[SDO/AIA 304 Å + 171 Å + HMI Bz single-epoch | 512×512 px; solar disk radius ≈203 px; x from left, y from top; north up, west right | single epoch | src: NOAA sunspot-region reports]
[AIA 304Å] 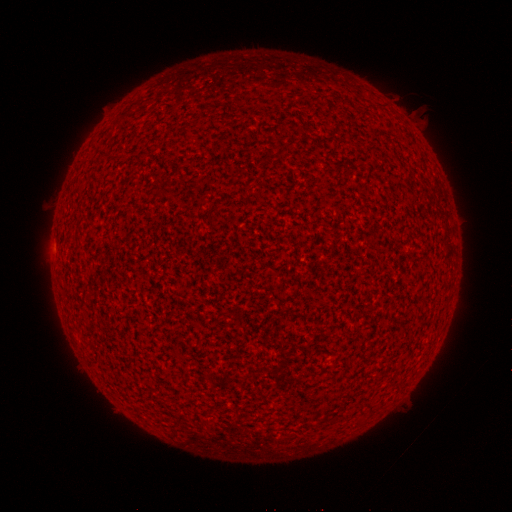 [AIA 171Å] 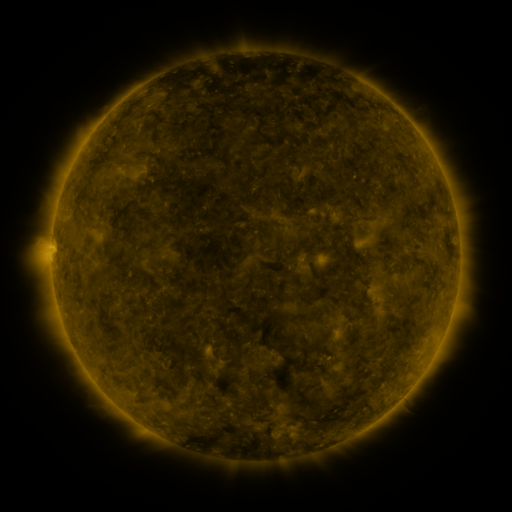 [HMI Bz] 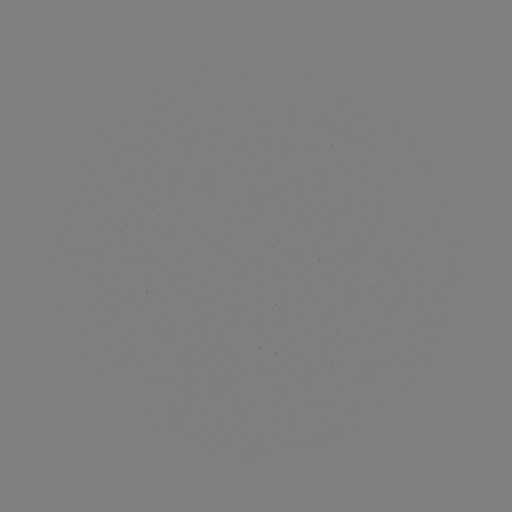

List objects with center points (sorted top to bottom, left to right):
(none)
